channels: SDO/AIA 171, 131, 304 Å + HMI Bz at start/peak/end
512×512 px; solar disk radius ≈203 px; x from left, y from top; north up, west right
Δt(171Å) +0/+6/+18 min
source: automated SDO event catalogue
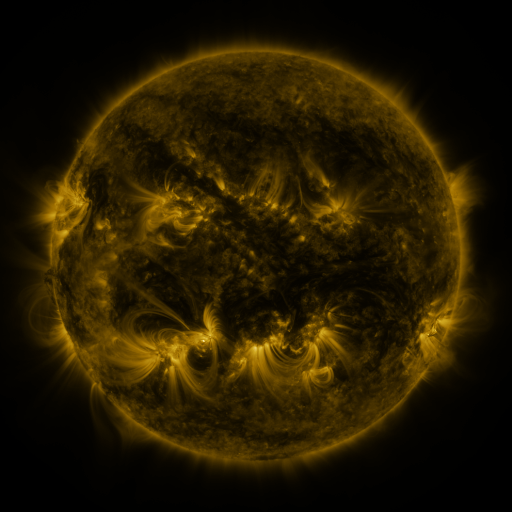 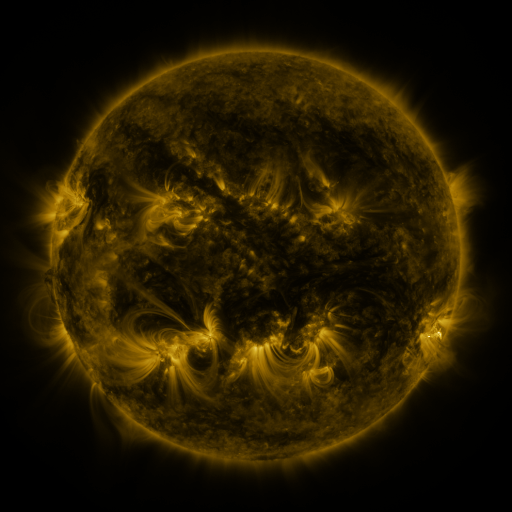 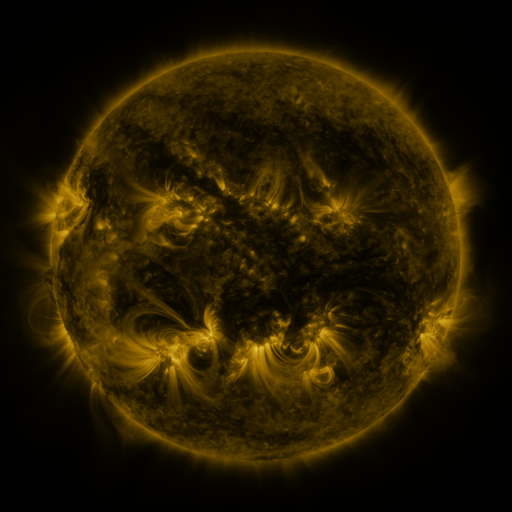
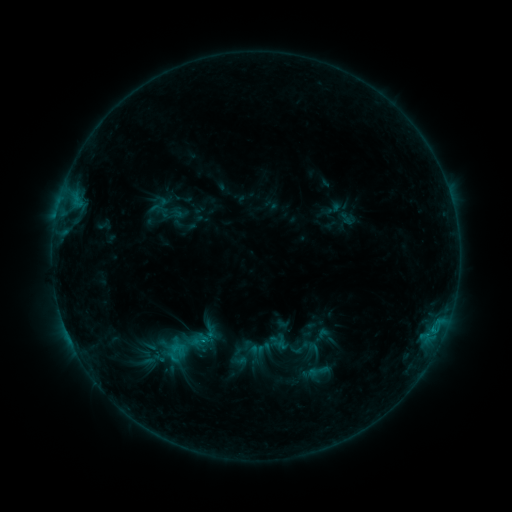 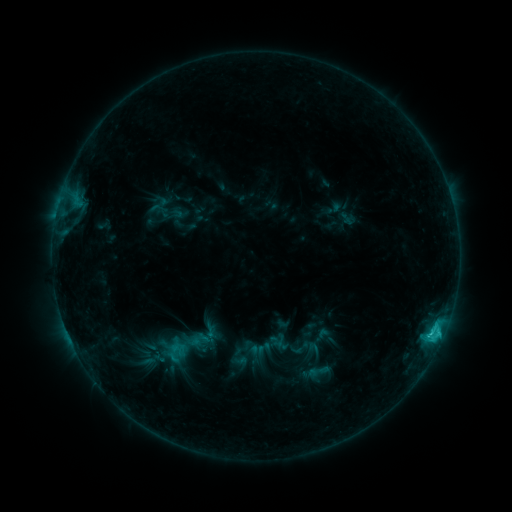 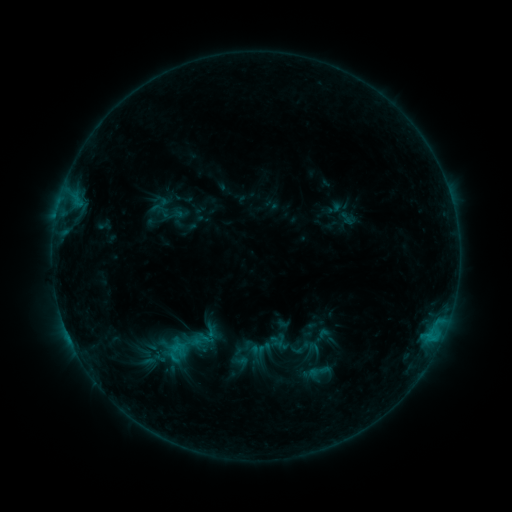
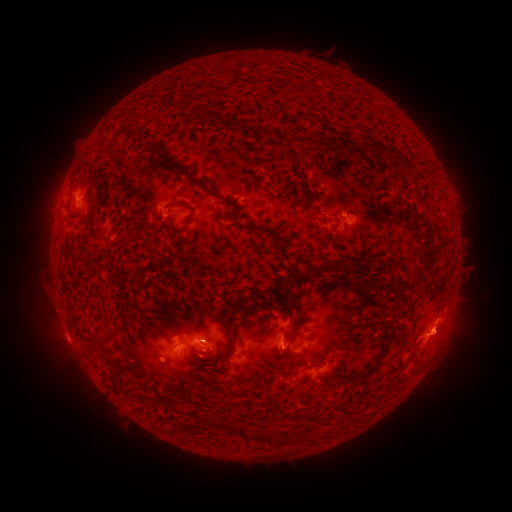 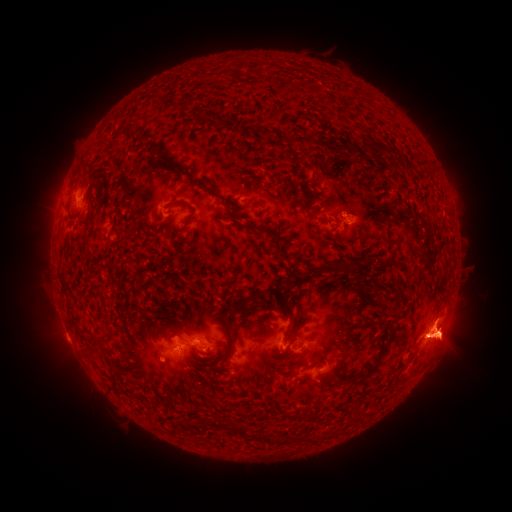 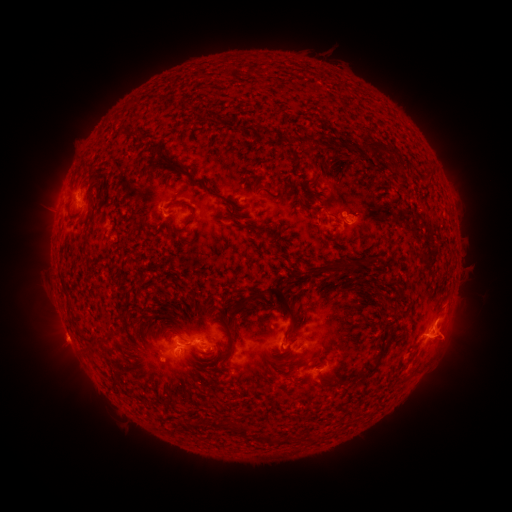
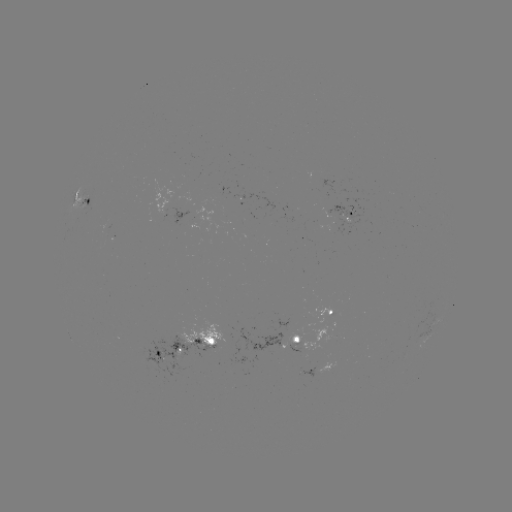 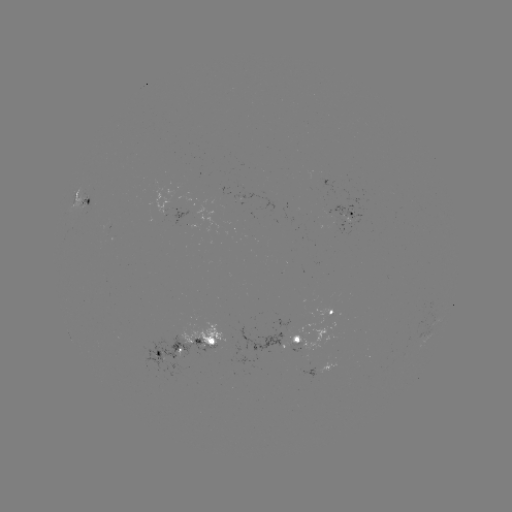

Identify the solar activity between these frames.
C1.8 flare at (430, 333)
